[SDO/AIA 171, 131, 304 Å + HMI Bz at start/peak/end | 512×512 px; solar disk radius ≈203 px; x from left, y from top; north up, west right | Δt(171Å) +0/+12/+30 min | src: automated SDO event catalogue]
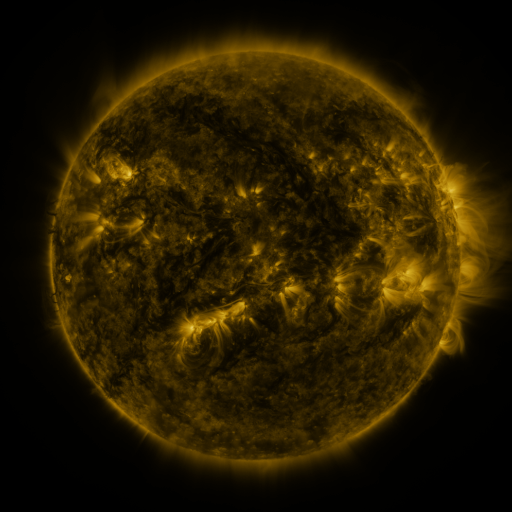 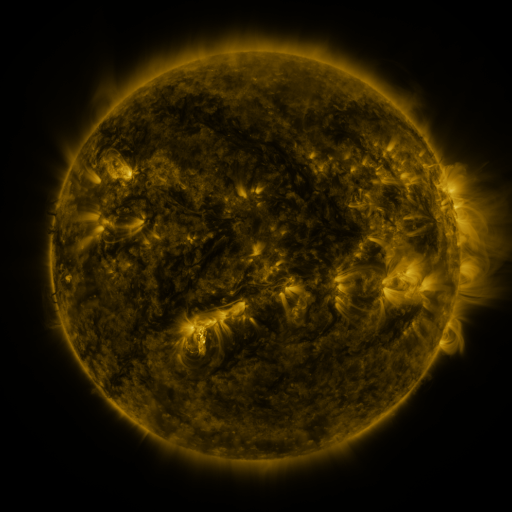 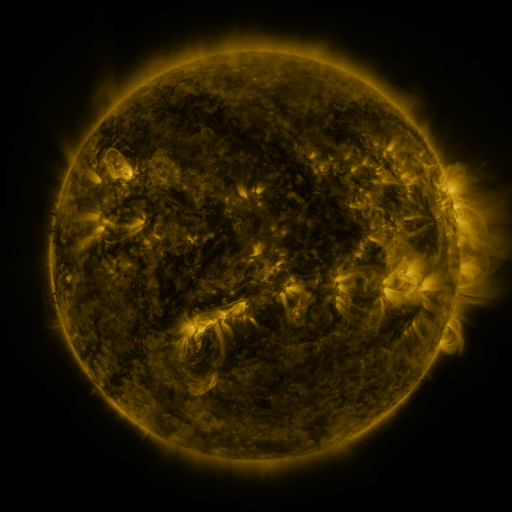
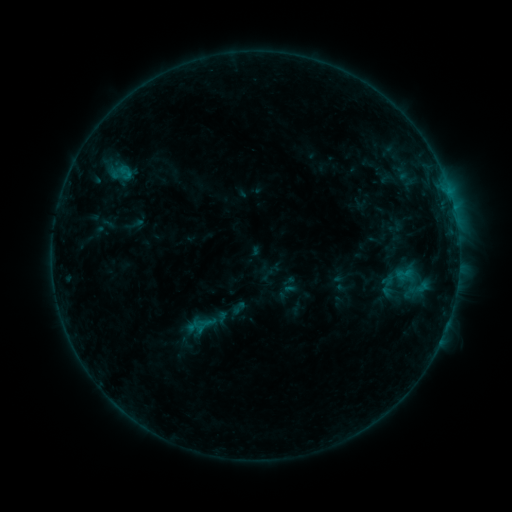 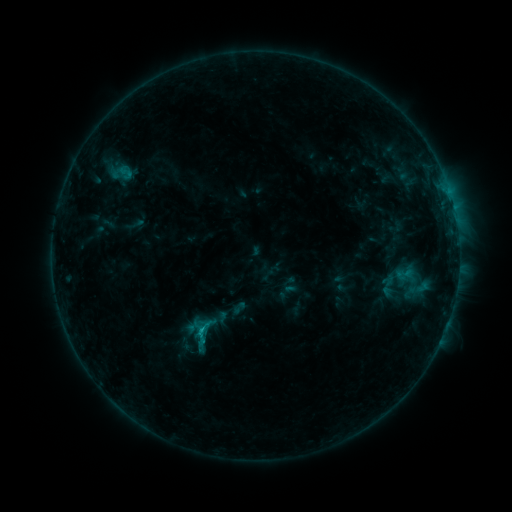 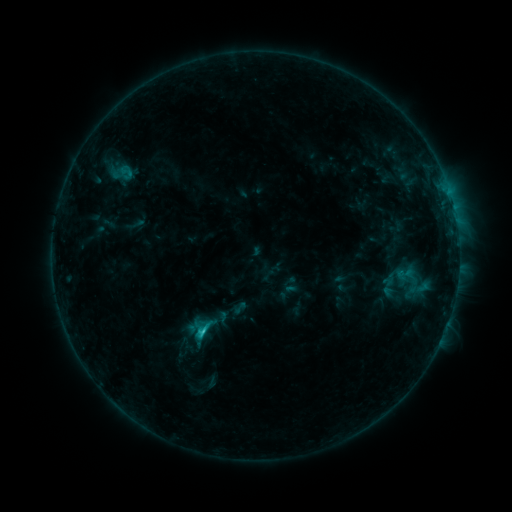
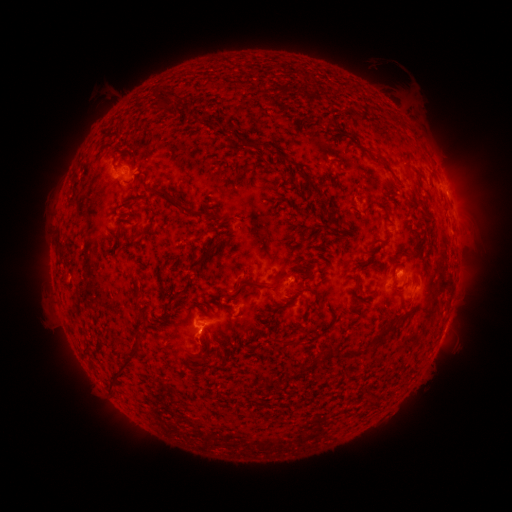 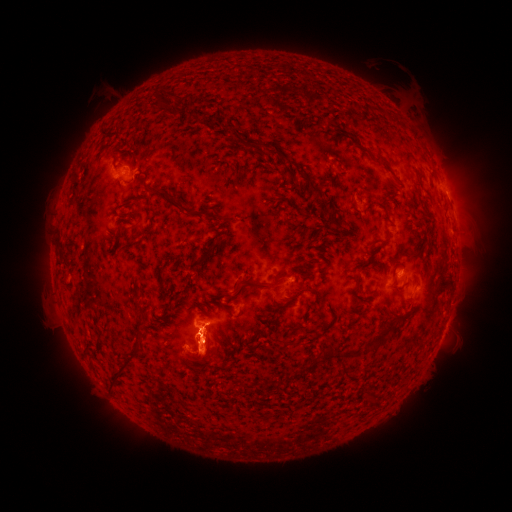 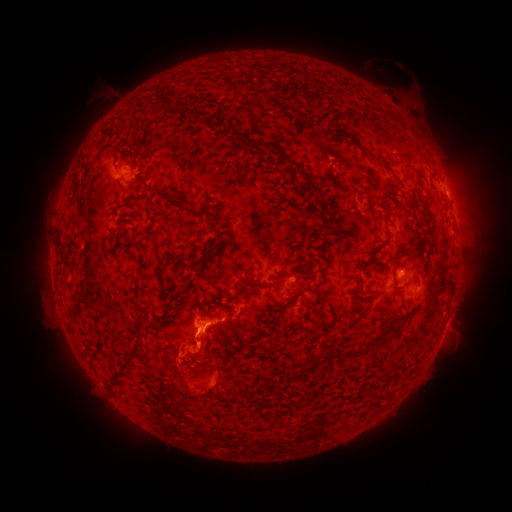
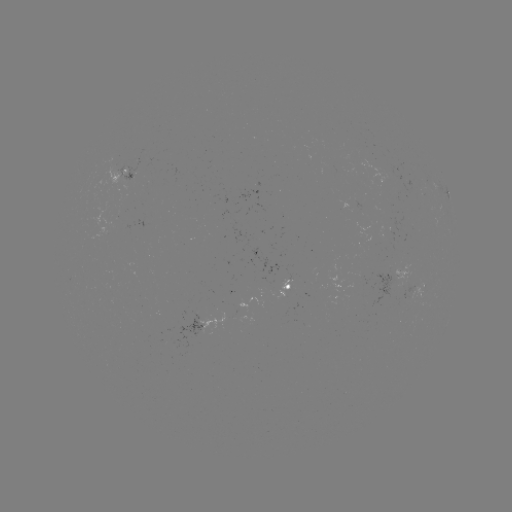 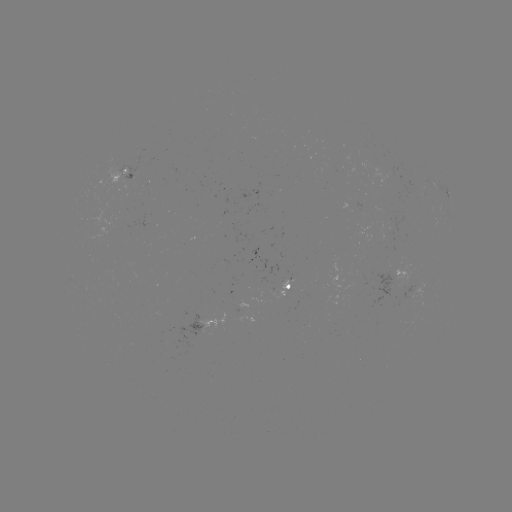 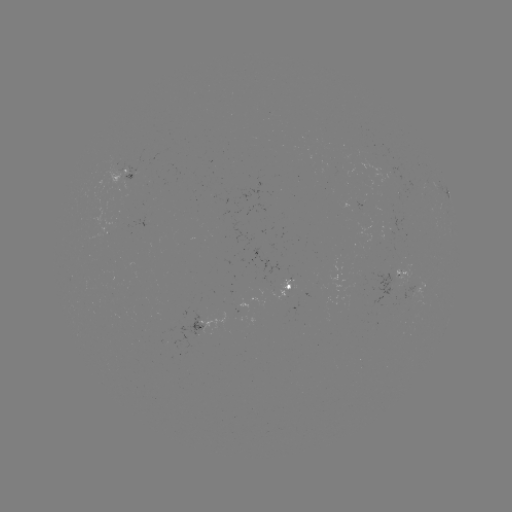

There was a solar eruption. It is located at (204, 345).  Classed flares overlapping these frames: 1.